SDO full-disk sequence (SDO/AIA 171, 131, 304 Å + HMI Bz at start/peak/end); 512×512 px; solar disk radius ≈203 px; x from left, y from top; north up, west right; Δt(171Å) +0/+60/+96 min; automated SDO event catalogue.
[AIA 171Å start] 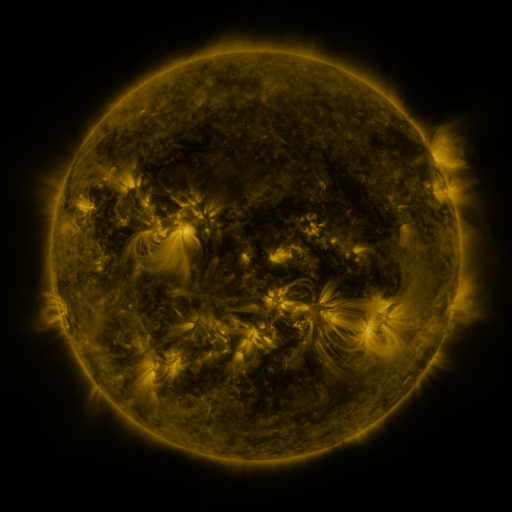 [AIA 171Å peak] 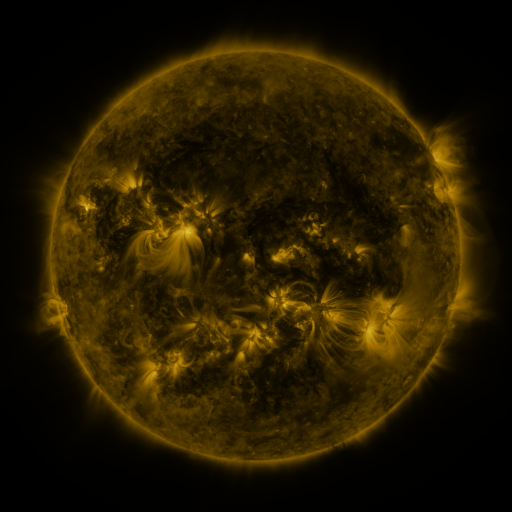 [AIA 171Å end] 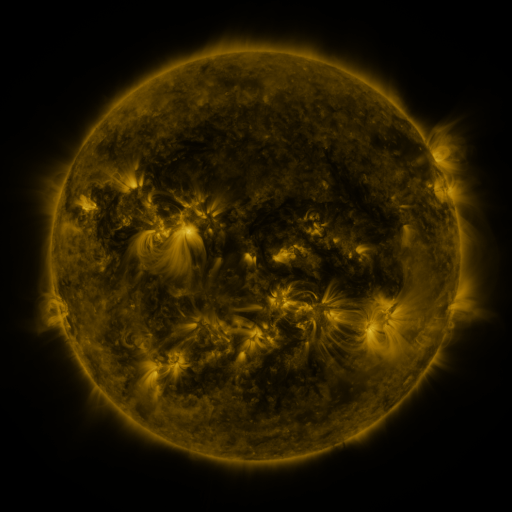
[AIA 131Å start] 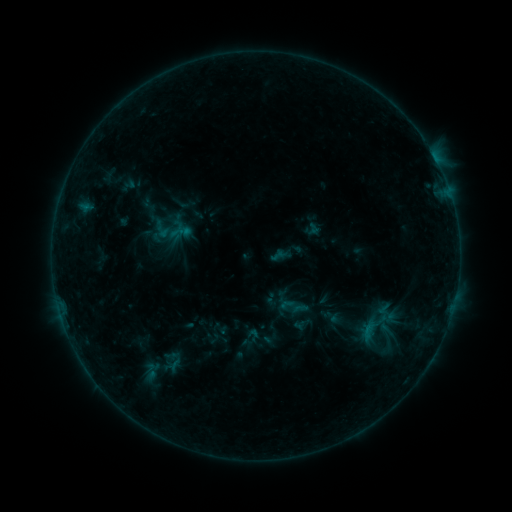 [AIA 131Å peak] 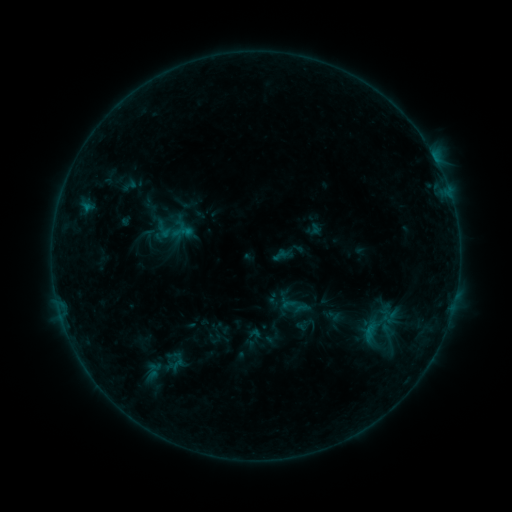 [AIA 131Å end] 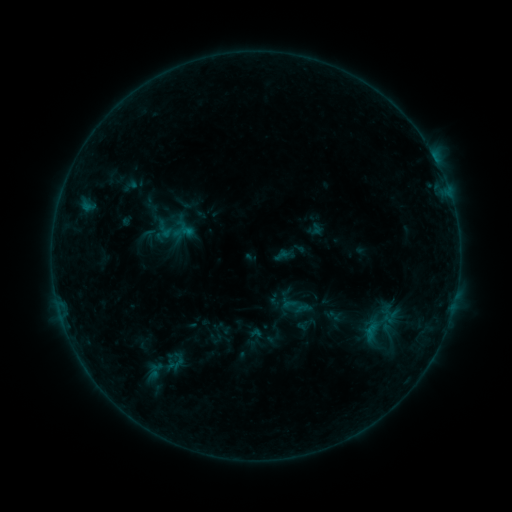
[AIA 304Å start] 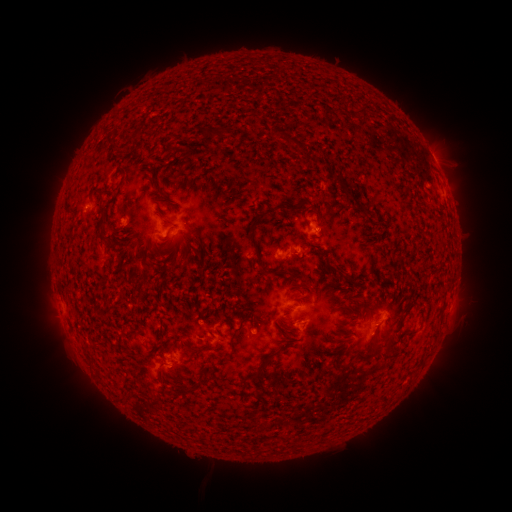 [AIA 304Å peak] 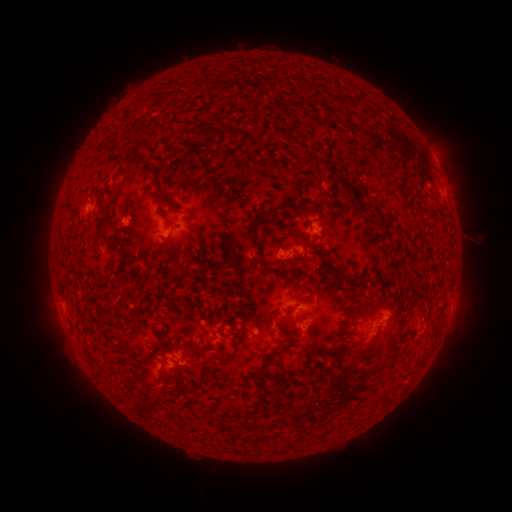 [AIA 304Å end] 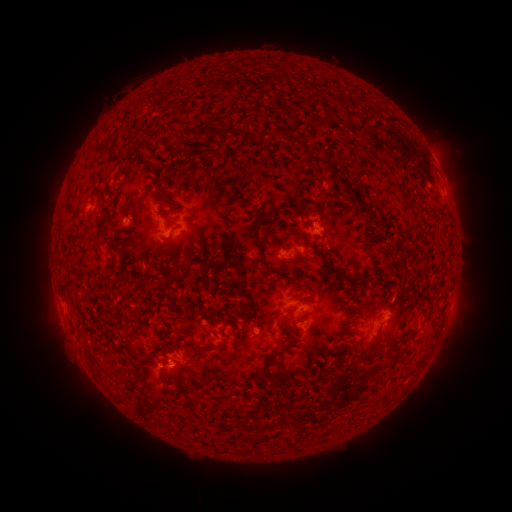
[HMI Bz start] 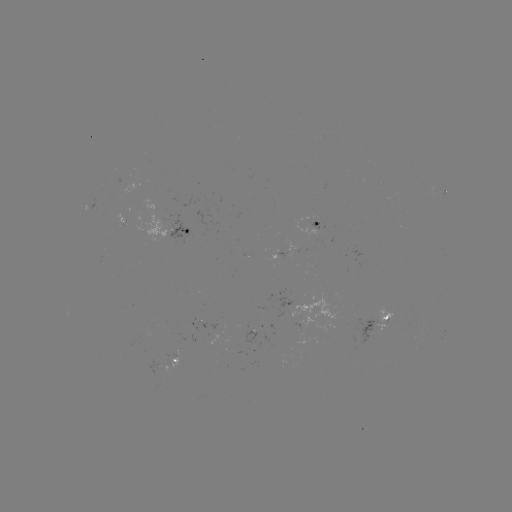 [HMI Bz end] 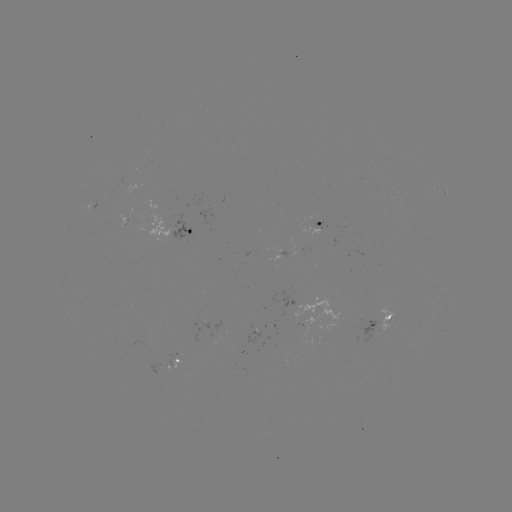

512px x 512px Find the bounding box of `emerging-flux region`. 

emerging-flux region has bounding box [85, 197, 96, 212].